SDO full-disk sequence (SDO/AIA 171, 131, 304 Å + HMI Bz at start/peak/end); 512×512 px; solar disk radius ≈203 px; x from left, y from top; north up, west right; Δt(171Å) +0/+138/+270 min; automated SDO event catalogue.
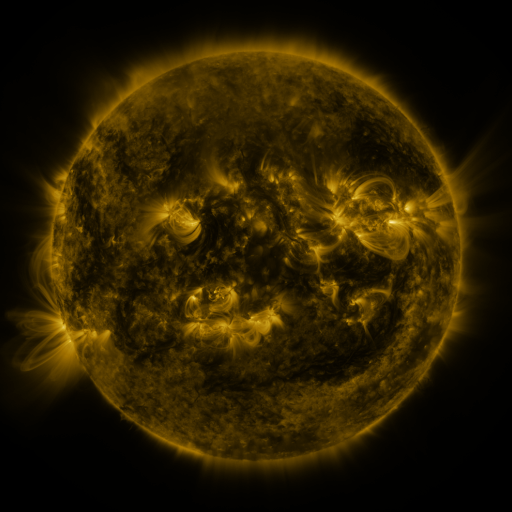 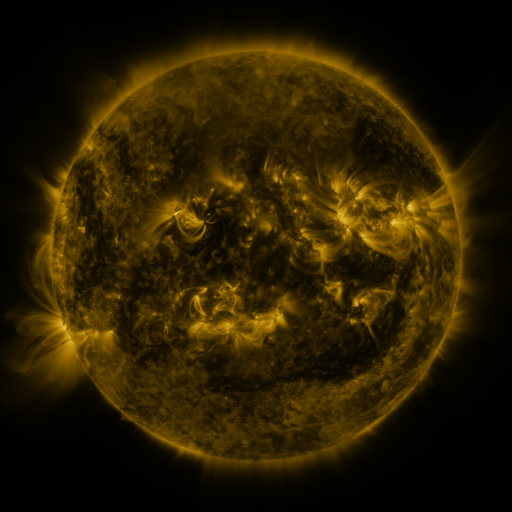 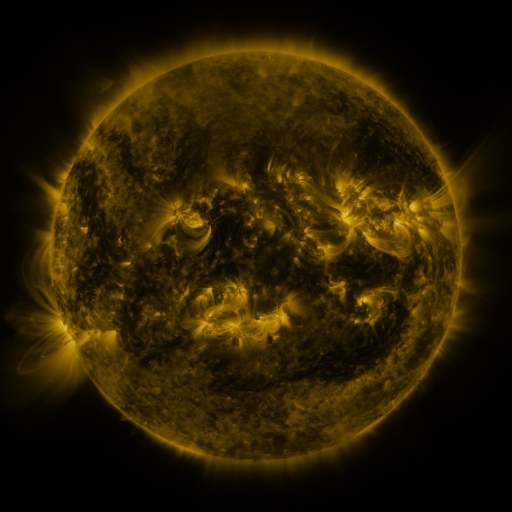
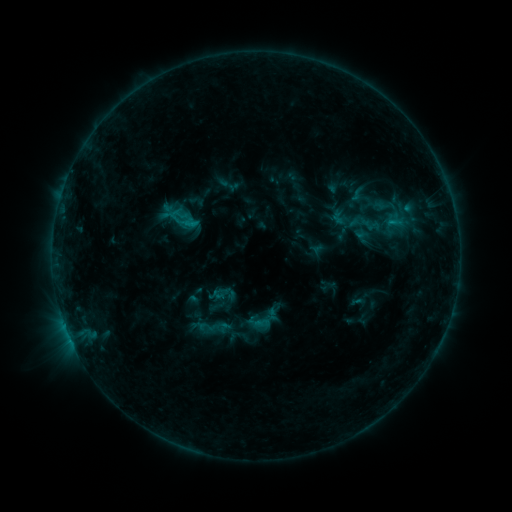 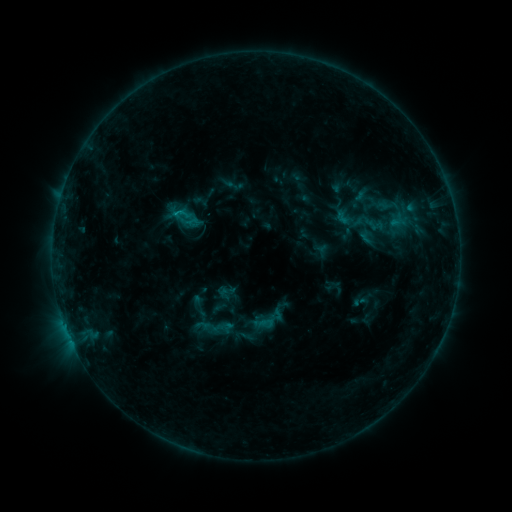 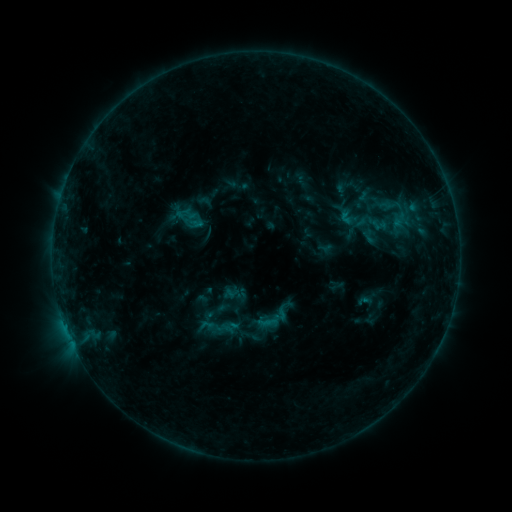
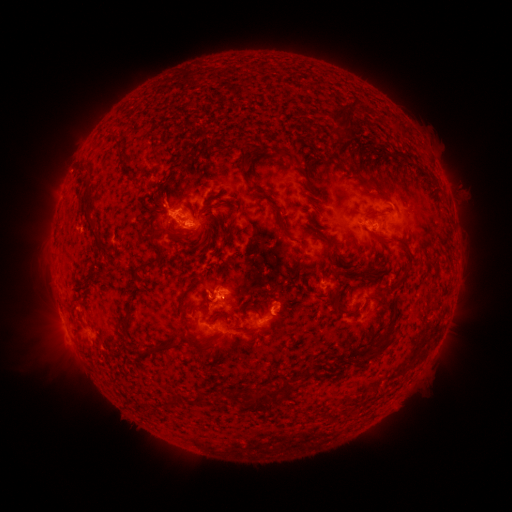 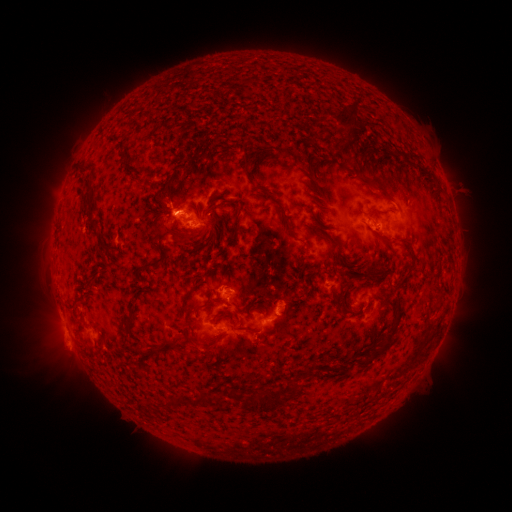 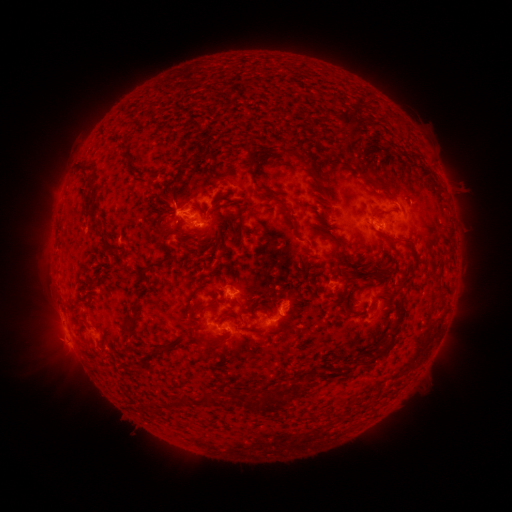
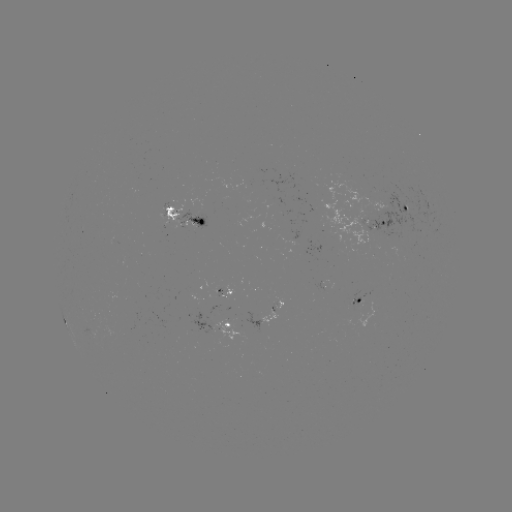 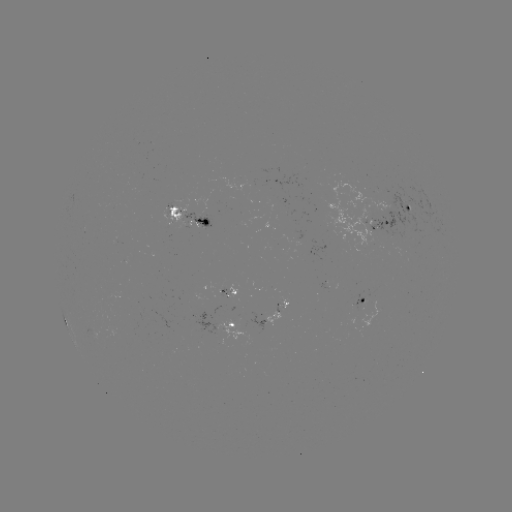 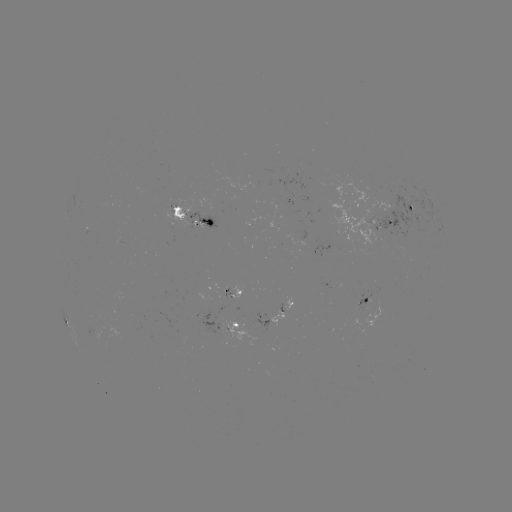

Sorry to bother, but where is filament eruption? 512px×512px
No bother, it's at (197, 346).